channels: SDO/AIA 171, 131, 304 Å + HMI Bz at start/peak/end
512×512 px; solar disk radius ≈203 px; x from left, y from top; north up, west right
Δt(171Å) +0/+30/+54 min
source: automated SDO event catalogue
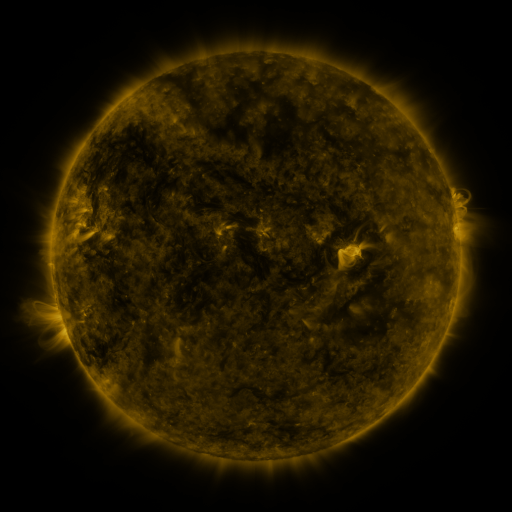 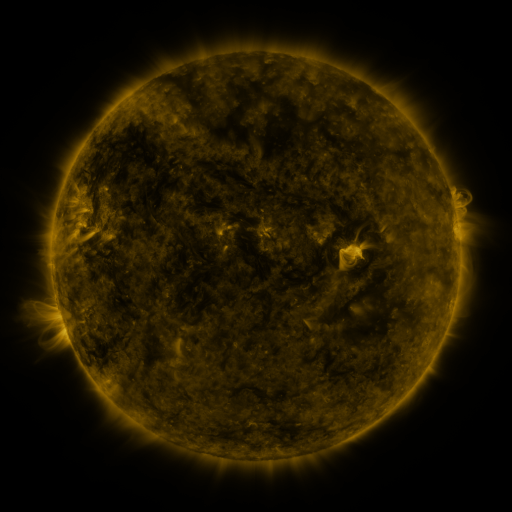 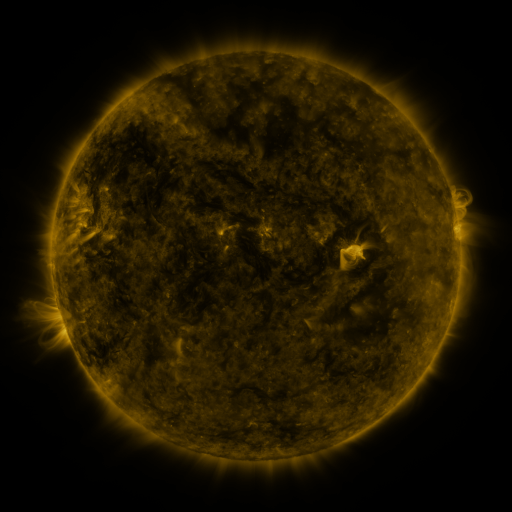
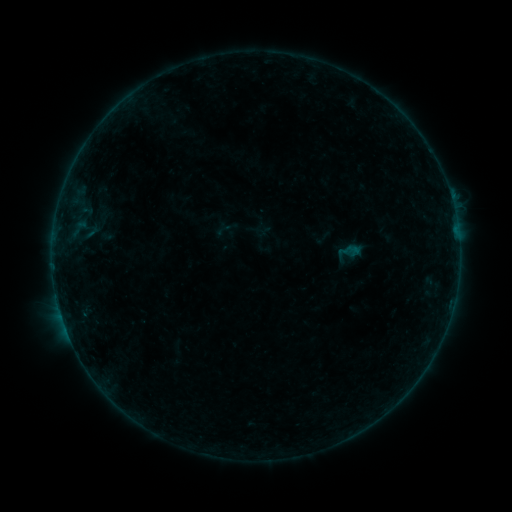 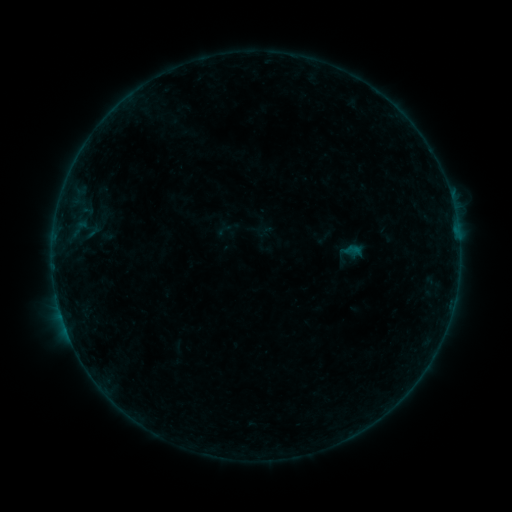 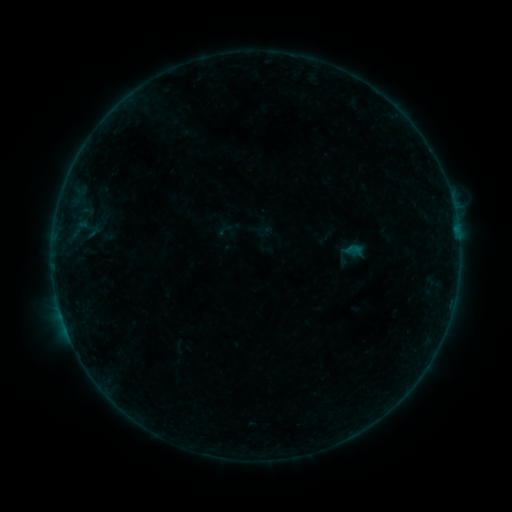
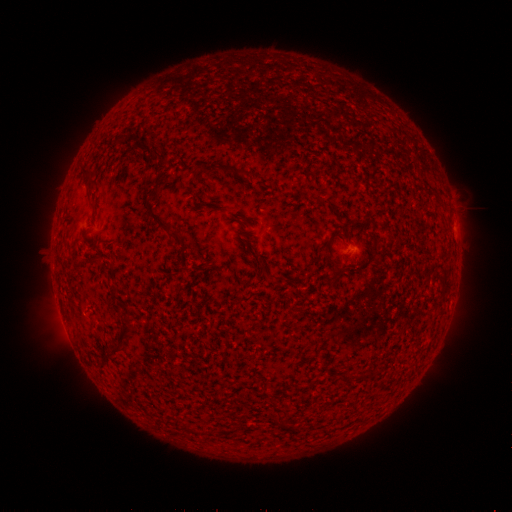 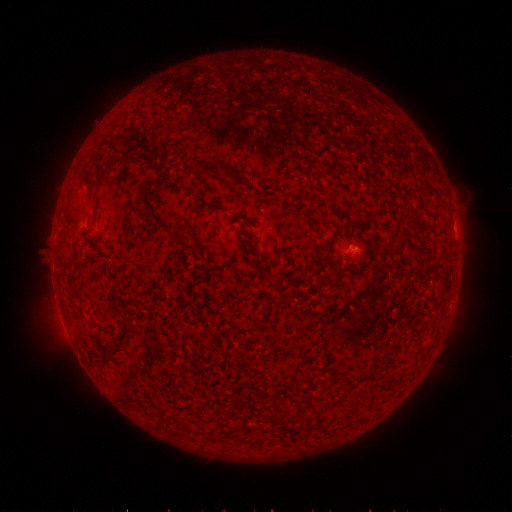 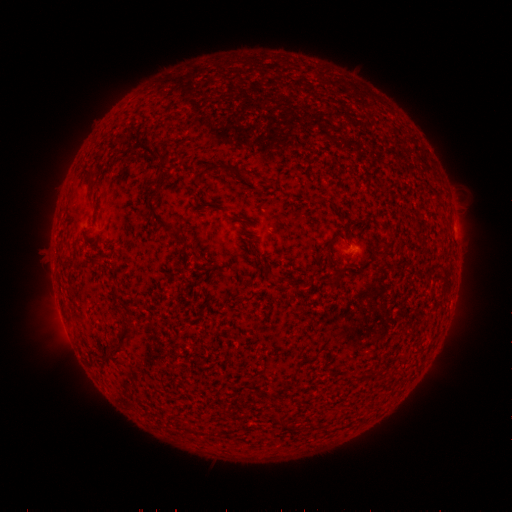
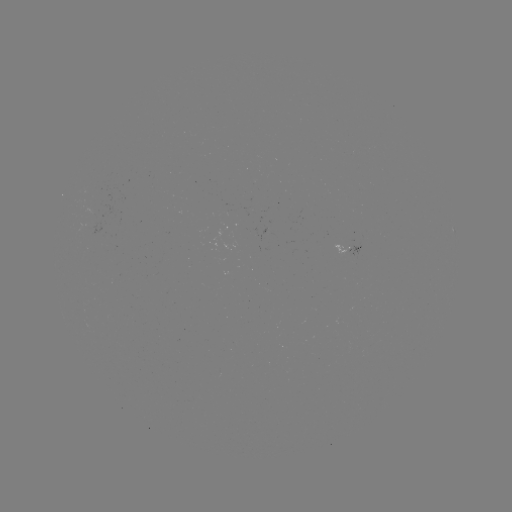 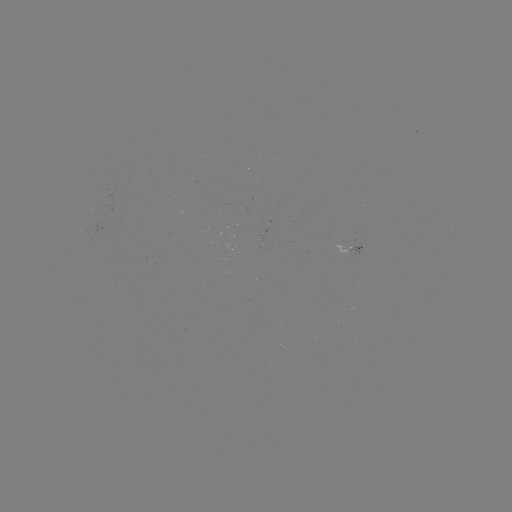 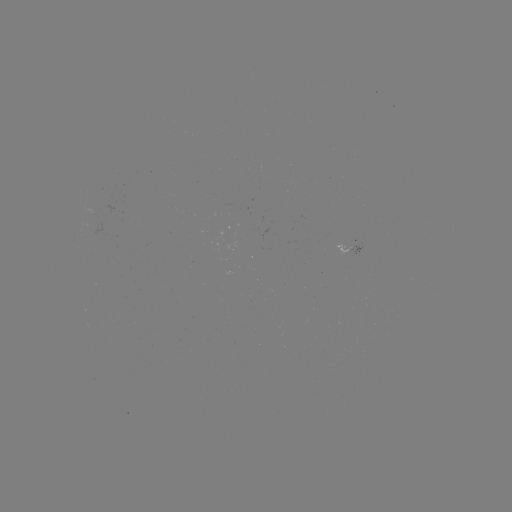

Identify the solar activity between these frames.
filament eruption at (44, 235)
